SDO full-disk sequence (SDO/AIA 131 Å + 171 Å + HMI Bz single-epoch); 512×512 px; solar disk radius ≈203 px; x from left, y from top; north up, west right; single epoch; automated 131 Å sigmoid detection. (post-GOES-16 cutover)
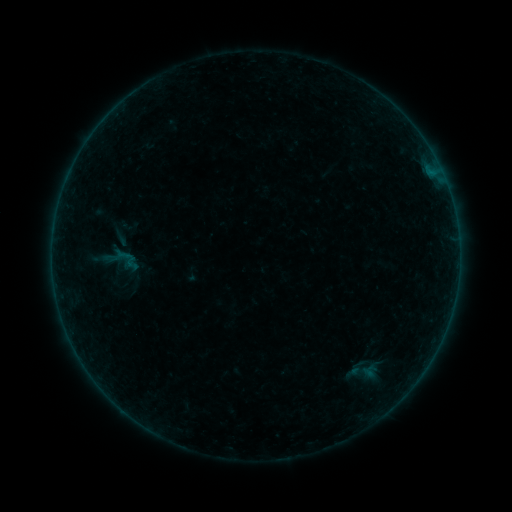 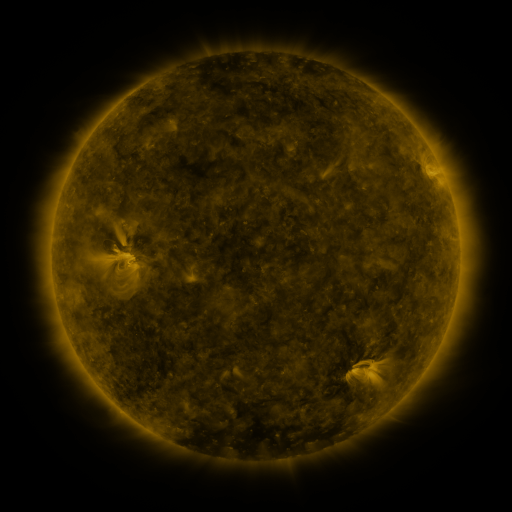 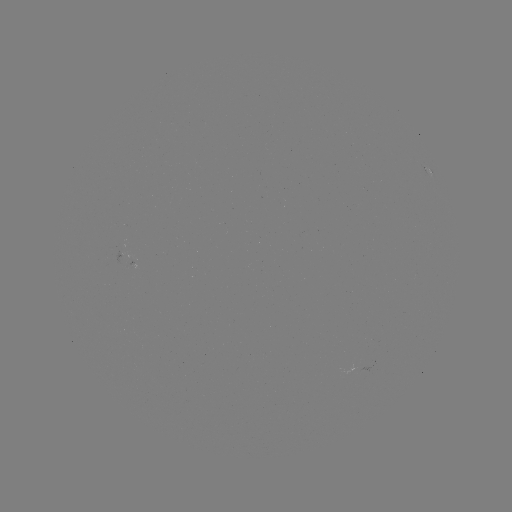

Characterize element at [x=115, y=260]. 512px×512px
sigmoid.